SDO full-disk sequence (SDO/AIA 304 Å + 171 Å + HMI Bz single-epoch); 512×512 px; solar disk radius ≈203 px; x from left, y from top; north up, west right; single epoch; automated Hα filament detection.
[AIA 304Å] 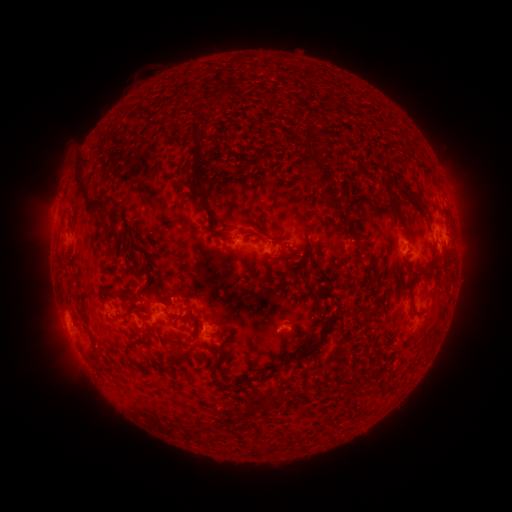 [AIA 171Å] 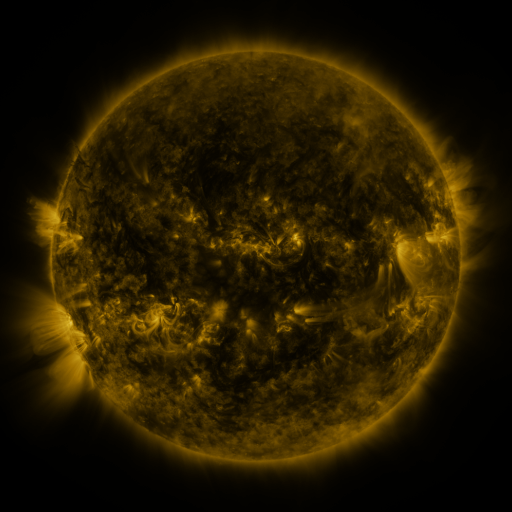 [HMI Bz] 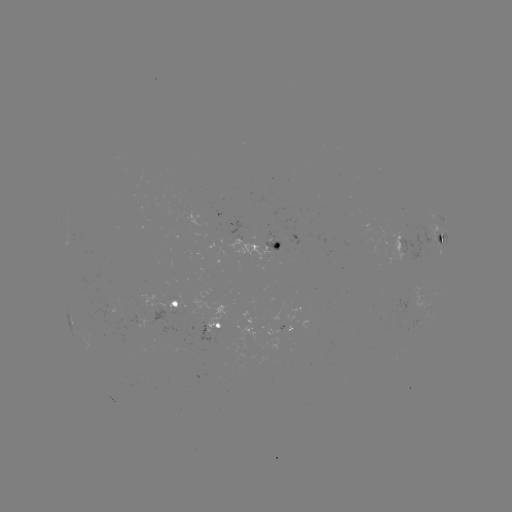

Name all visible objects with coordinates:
filament: (187, 124, 204, 199)
filament: (301, 130, 310, 149)
filament: (303, 150, 327, 177)
filament: (72, 160, 105, 216)
filament: (396, 186, 423, 210)
filament: (384, 190, 400, 213)
filament: (203, 192, 209, 203)
filament: (327, 196, 346, 226)
filament: (102, 213, 112, 223)
filament: (67, 214, 76, 226)
filament: (243, 218, 264, 237)
filament: (400, 222, 413, 240)
filament: (342, 229, 354, 238)
filament: (108, 230, 119, 244)
filament: (220, 235, 242, 243)
filament: (122, 236, 137, 266)
filament: (283, 238, 319, 261)
filament: (304, 251, 315, 271)
filament: (415, 263, 430, 276)
filament: (399, 280, 429, 345)
filament: (101, 288, 139, 307)
filament: (168, 289, 175, 302)
filament: (314, 293, 326, 315)
filament: (271, 306, 342, 374)
filament: (139, 324, 147, 334)
filament: (225, 335, 233, 345)
filament: (170, 350, 190, 367)
filament: (90, 359, 103, 370)
filament: (257, 367, 267, 380)
filament: (278, 390, 285, 401)
filament: (252, 394, 275, 407)
